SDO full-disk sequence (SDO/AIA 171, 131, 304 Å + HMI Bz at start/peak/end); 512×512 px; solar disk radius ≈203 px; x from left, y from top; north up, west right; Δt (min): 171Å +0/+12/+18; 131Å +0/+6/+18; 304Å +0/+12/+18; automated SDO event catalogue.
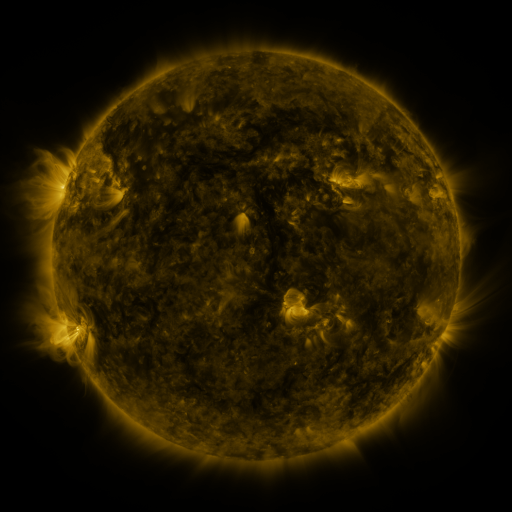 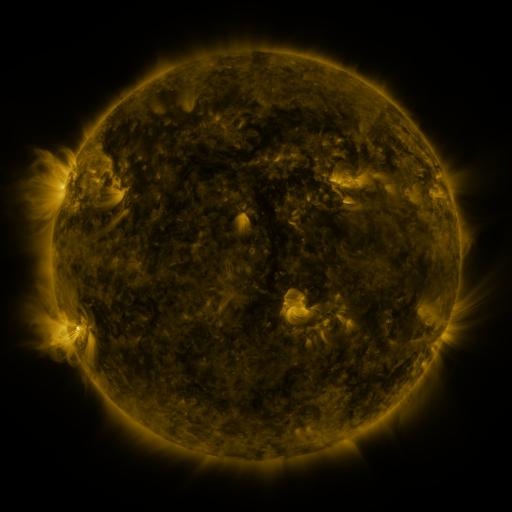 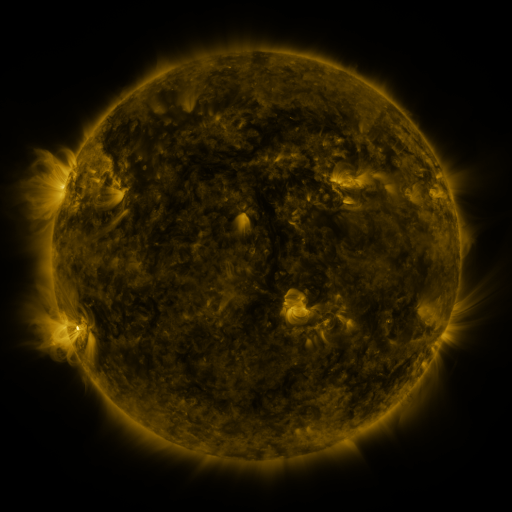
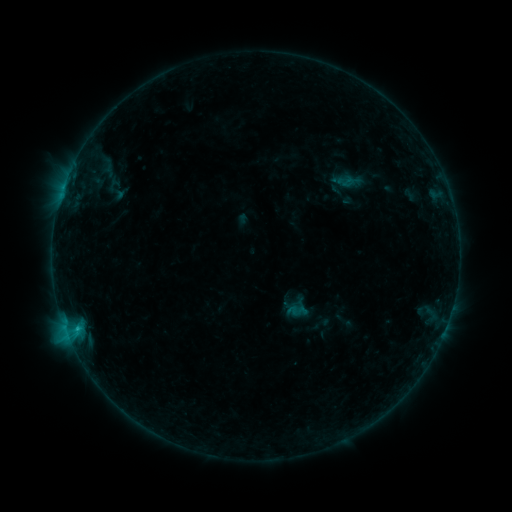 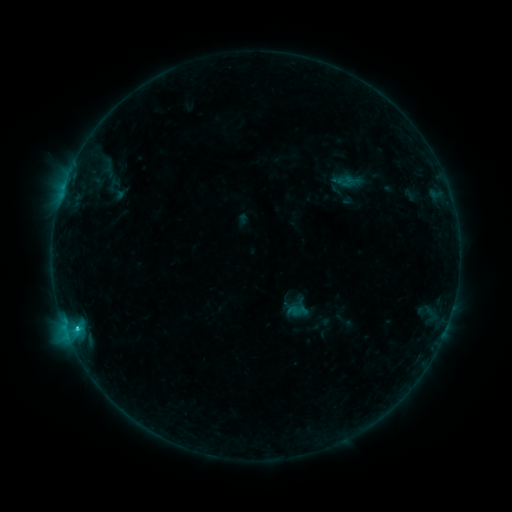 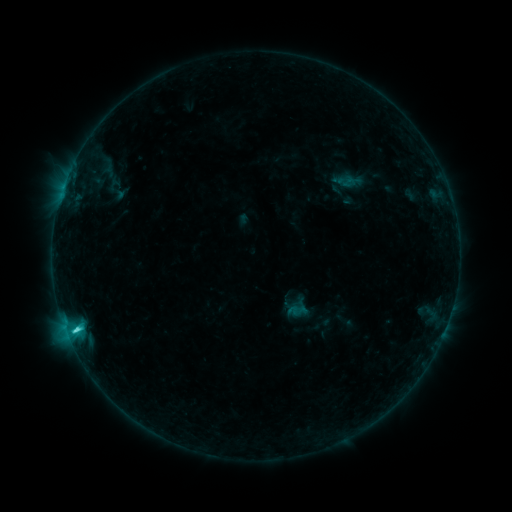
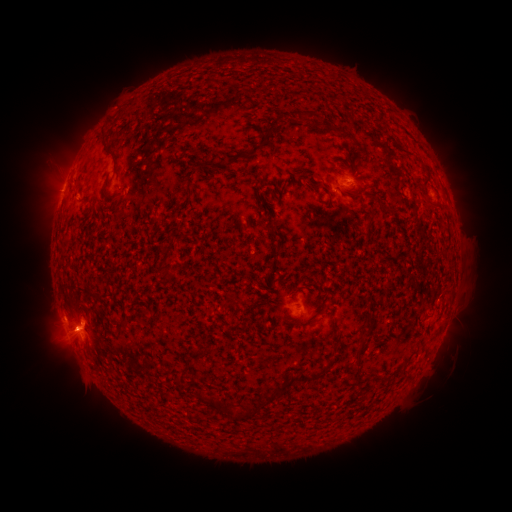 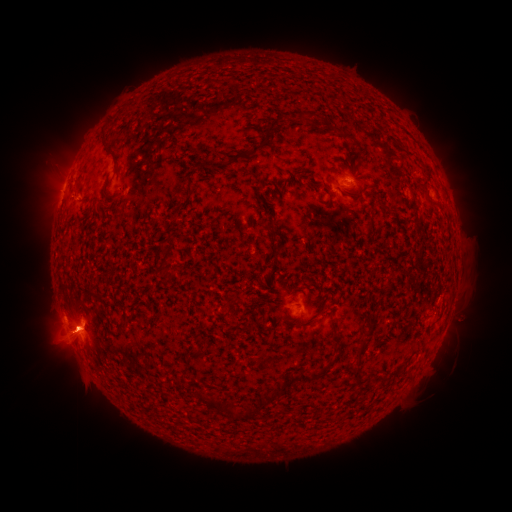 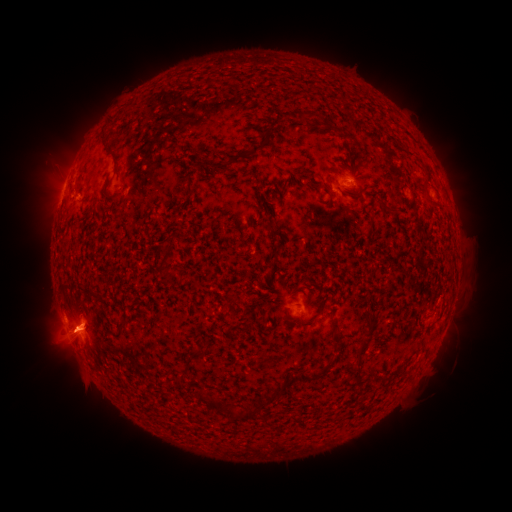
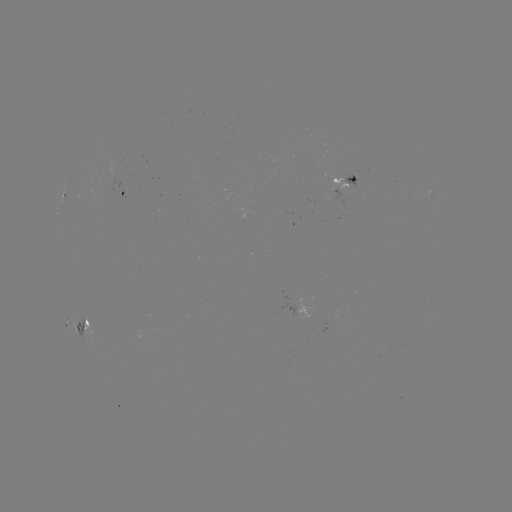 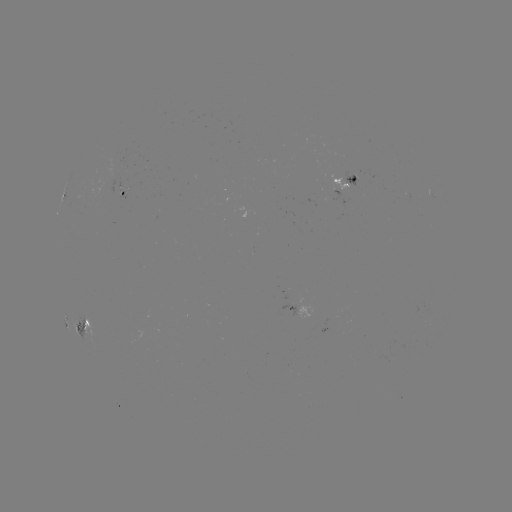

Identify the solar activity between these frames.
C4.6 flare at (77, 327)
